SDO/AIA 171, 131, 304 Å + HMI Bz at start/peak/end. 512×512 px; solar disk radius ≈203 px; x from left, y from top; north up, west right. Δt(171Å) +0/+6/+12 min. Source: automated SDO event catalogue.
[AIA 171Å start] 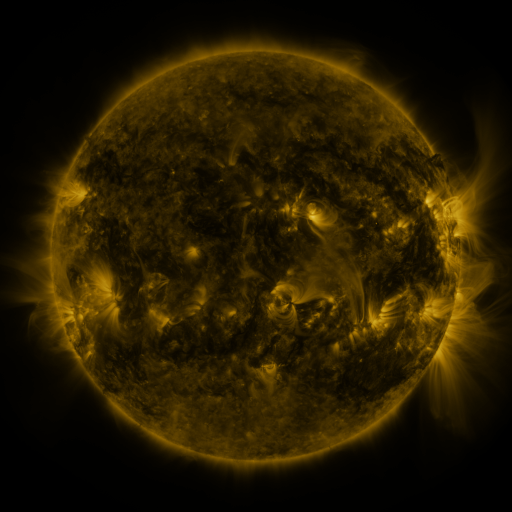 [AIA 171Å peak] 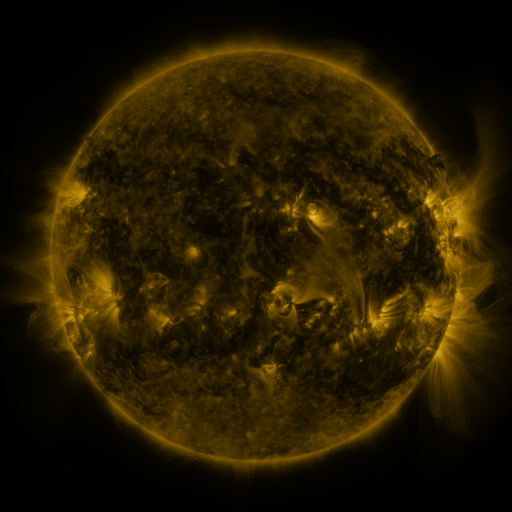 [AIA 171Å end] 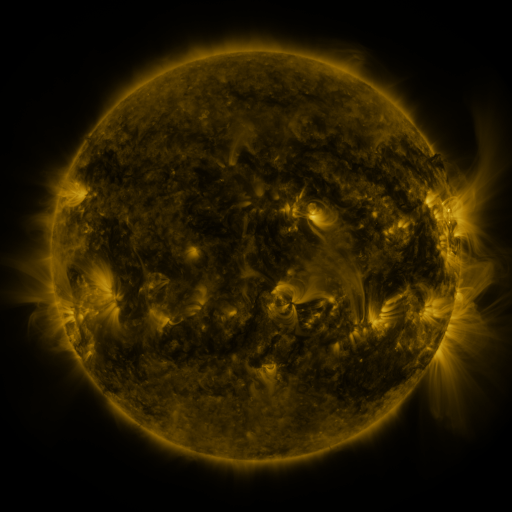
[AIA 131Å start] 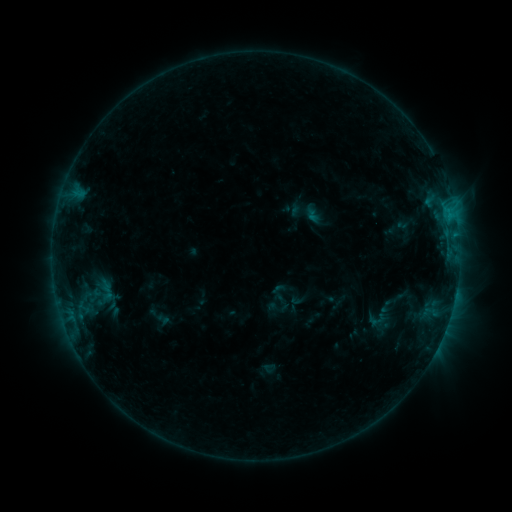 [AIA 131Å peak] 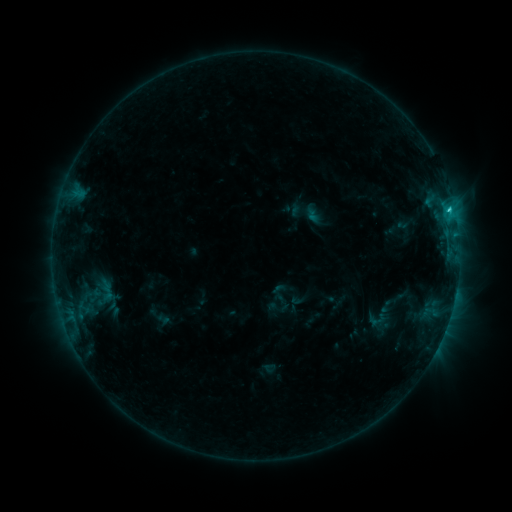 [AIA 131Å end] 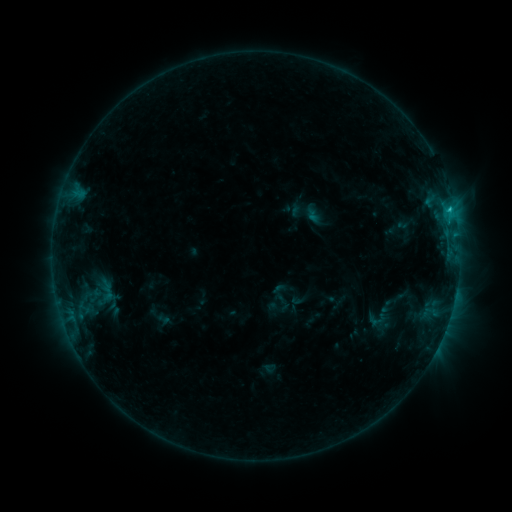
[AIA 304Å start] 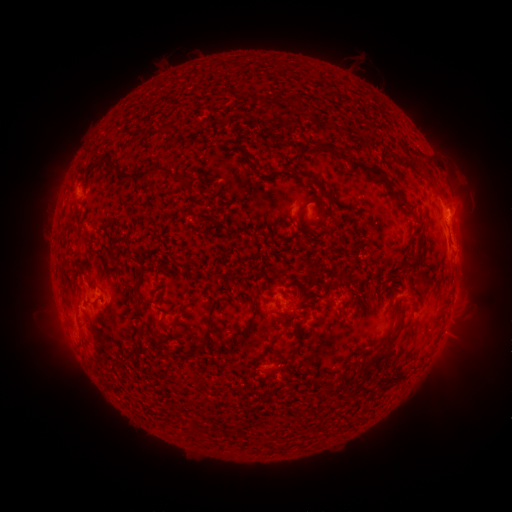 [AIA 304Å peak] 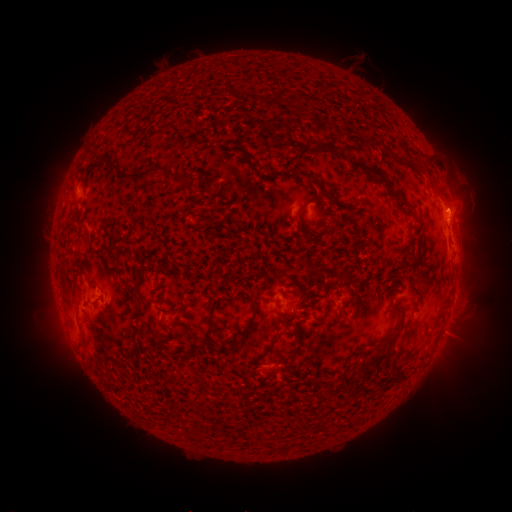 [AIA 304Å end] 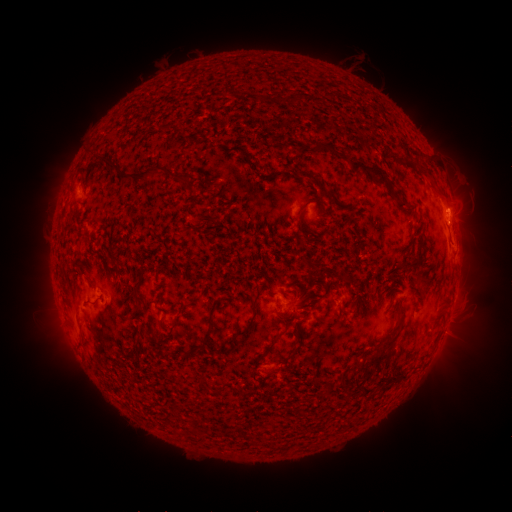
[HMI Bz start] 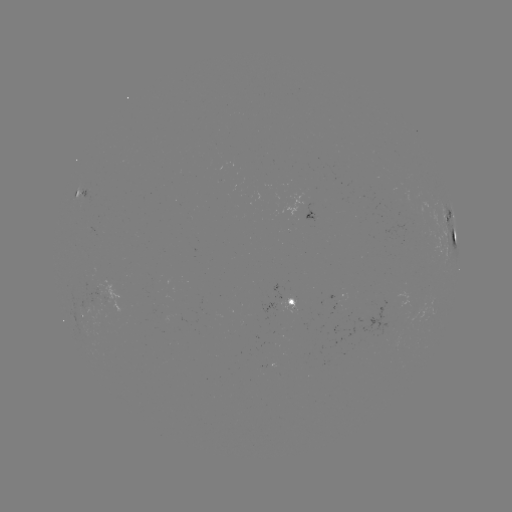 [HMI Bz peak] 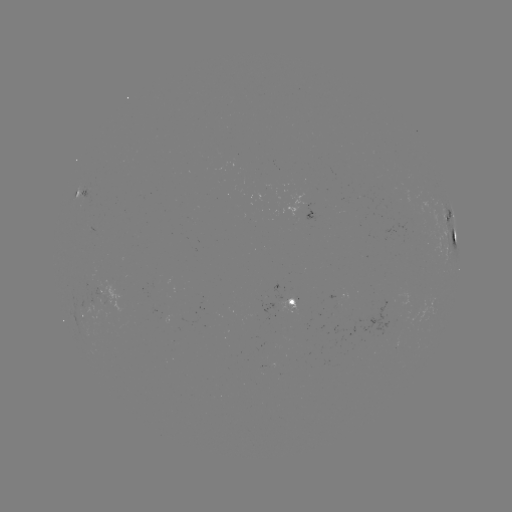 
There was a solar flare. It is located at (449, 211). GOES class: C1.3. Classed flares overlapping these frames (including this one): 1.